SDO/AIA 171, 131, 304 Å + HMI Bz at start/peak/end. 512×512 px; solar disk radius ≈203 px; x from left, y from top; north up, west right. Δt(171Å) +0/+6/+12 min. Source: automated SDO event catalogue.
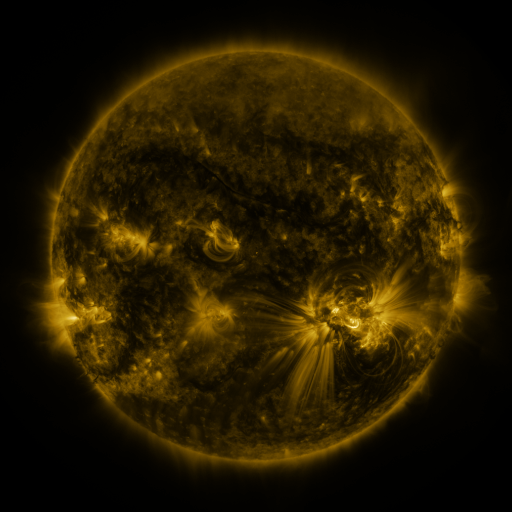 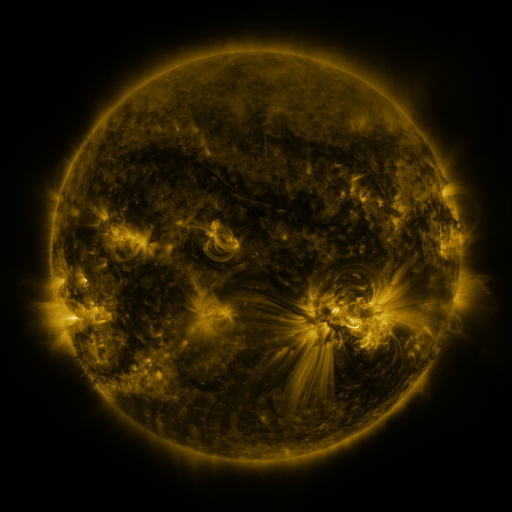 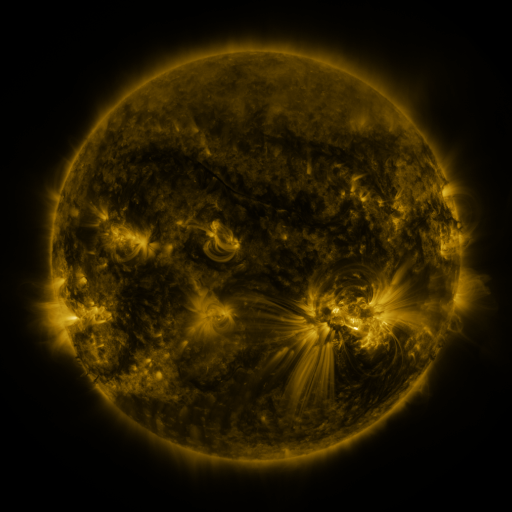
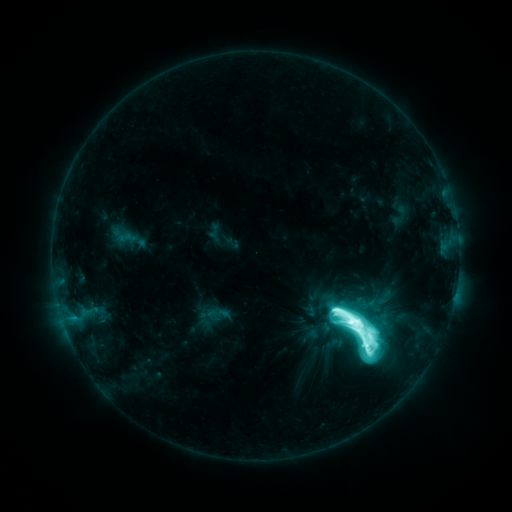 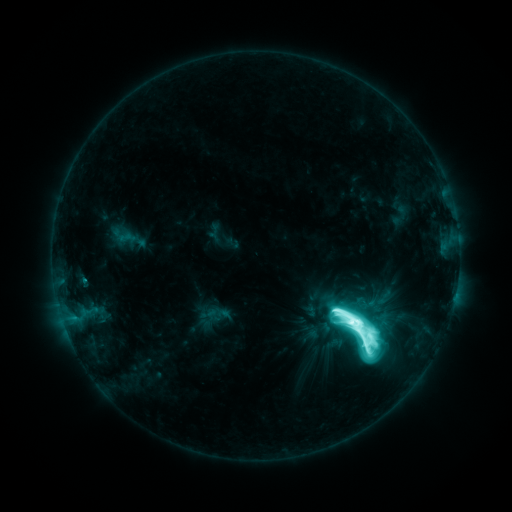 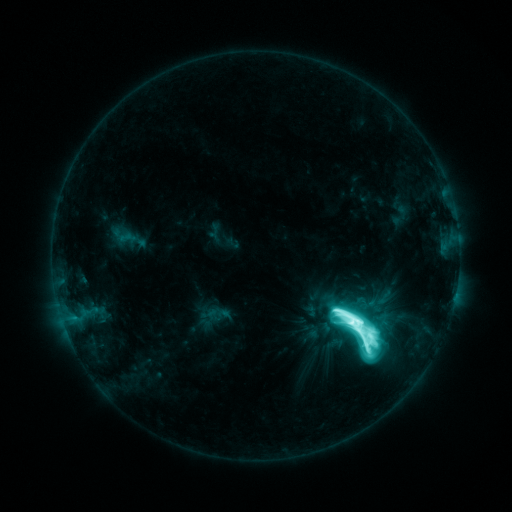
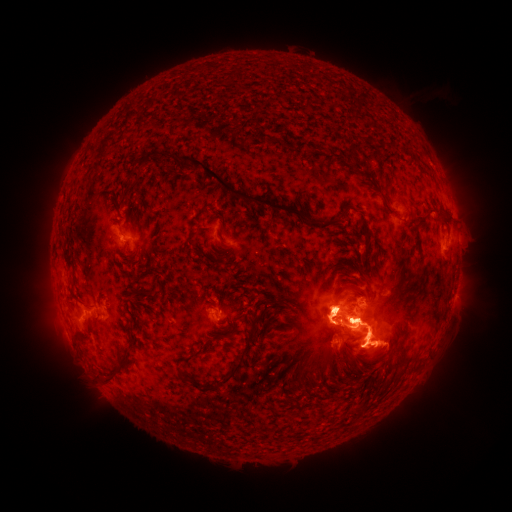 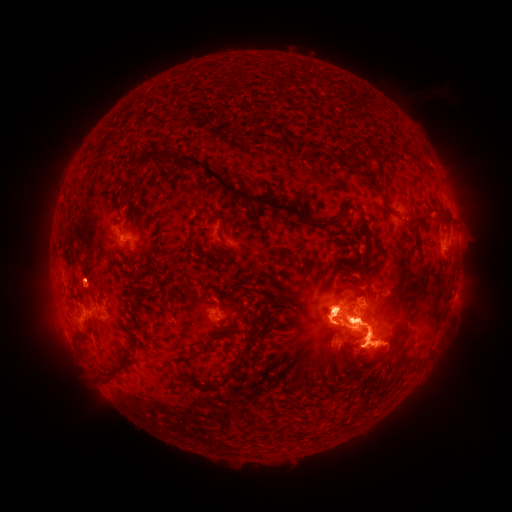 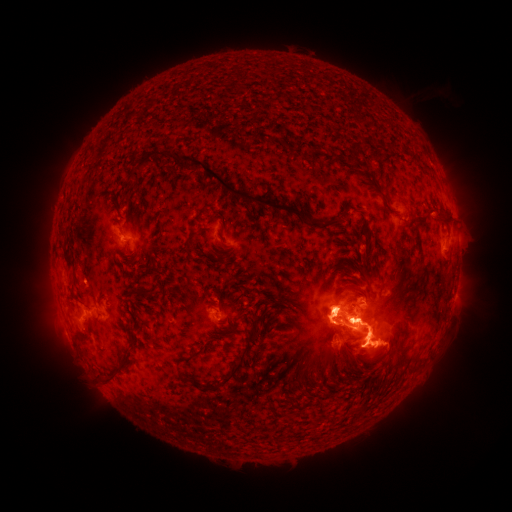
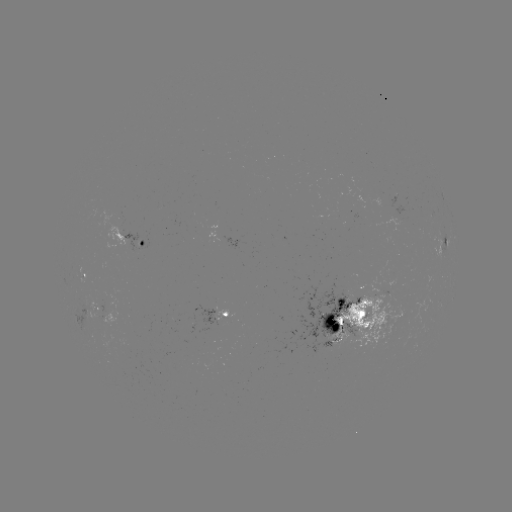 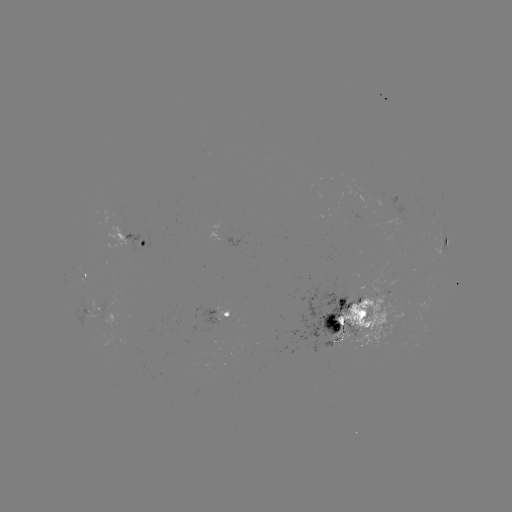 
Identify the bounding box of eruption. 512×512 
[63, 252, 110, 307].